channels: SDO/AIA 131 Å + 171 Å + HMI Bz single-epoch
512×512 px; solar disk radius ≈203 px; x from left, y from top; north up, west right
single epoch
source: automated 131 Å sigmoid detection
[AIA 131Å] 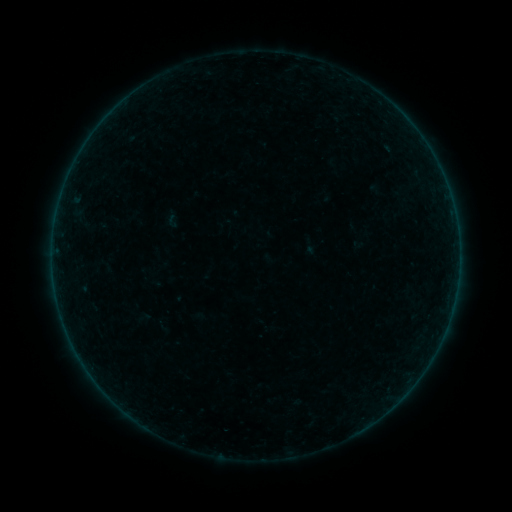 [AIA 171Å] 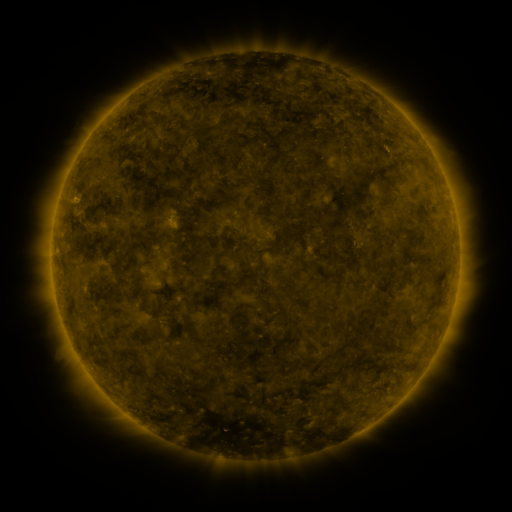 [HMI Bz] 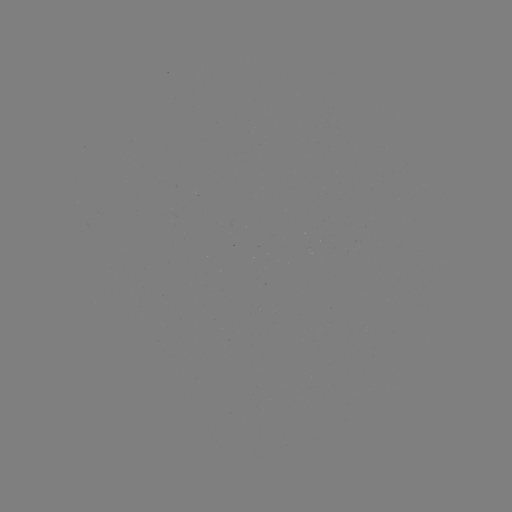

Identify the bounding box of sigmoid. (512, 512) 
[164, 213, 181, 229].